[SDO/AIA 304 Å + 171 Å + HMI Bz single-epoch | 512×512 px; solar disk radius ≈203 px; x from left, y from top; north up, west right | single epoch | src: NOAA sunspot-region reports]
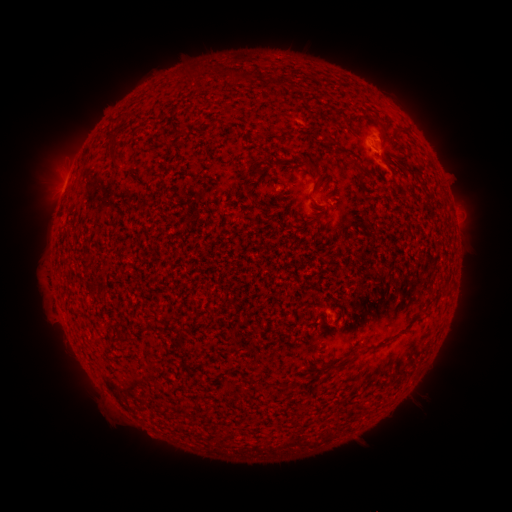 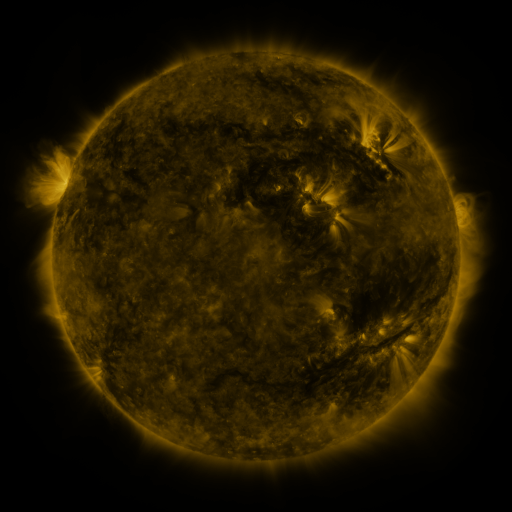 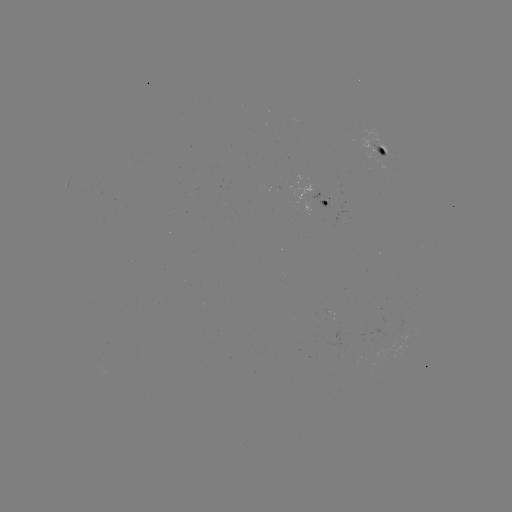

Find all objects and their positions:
spotted active region: (383, 149)
spotted active region: (329, 201)
